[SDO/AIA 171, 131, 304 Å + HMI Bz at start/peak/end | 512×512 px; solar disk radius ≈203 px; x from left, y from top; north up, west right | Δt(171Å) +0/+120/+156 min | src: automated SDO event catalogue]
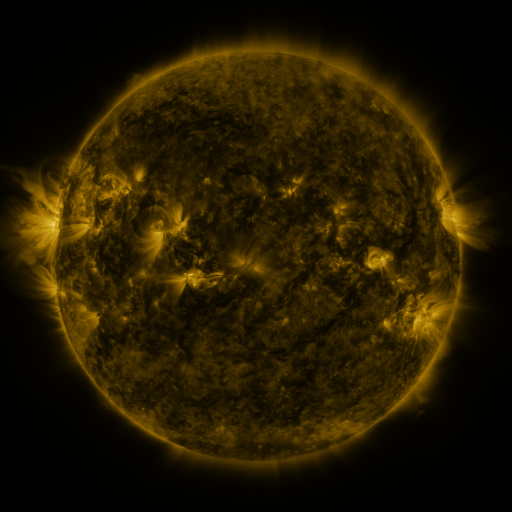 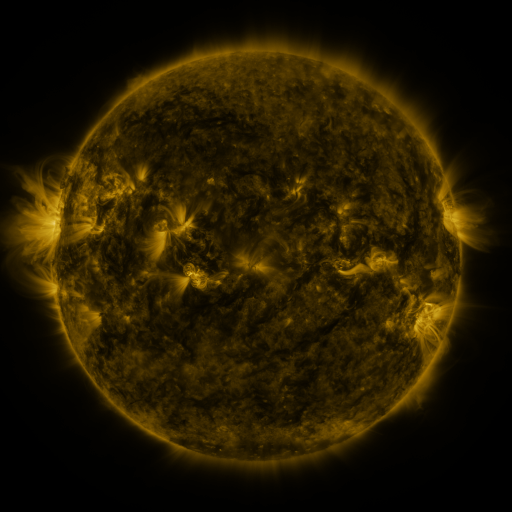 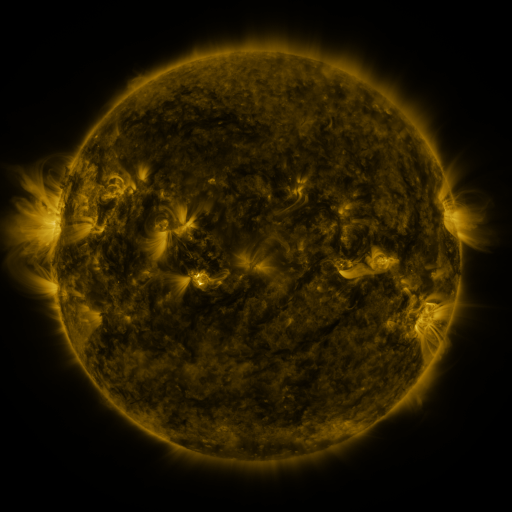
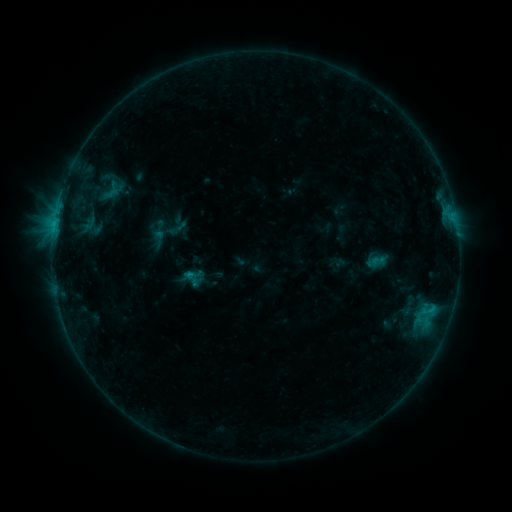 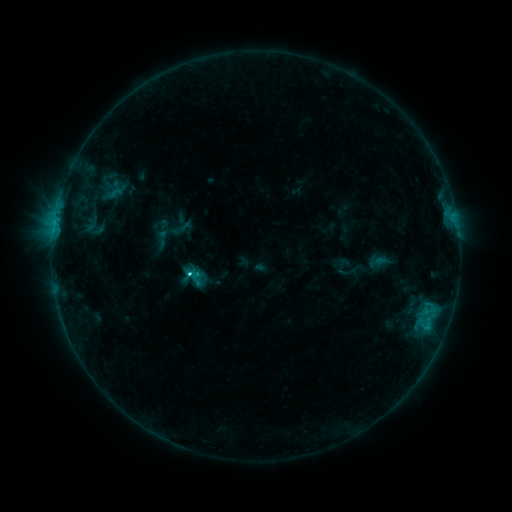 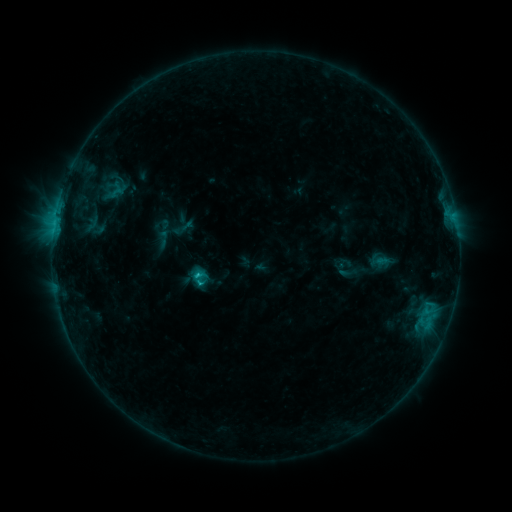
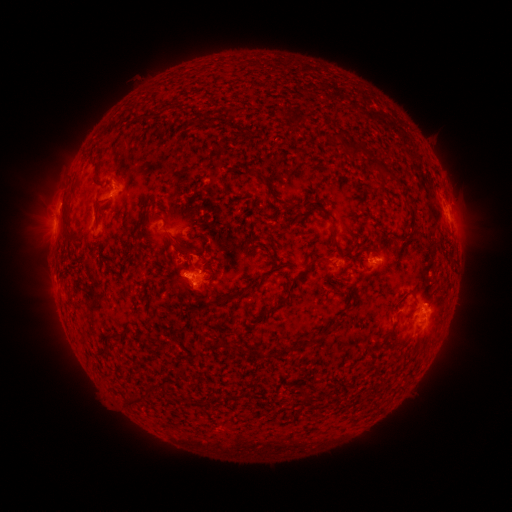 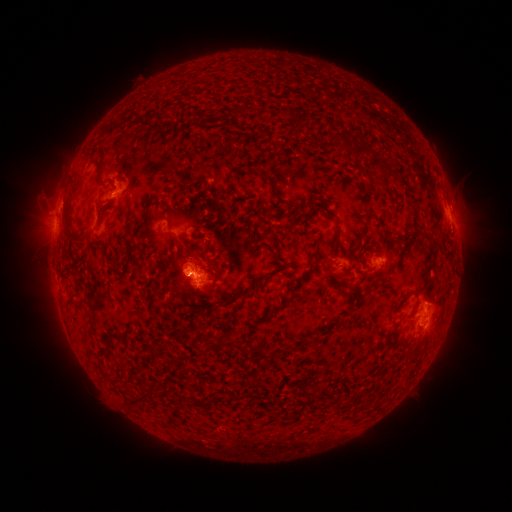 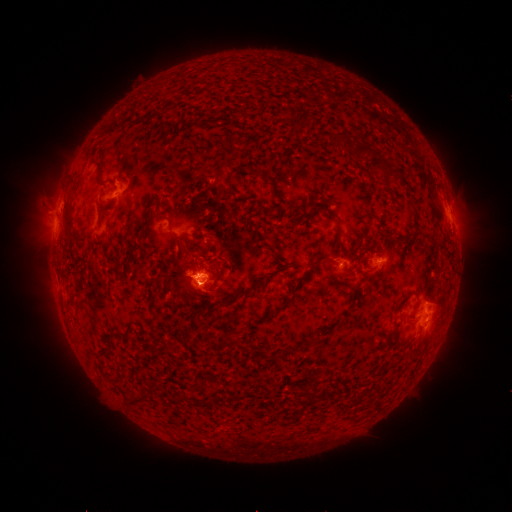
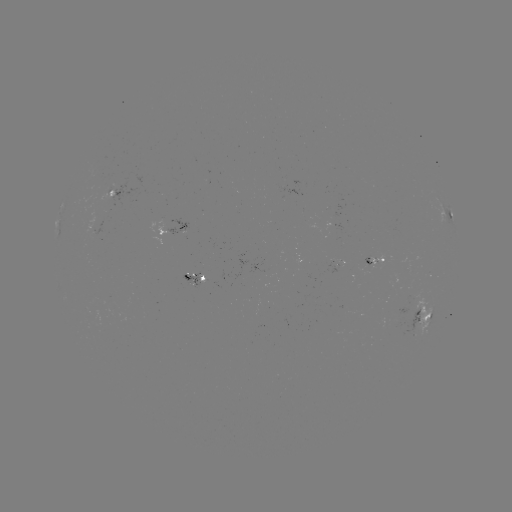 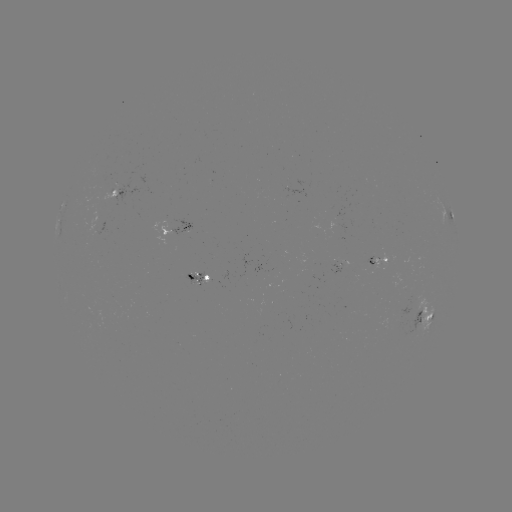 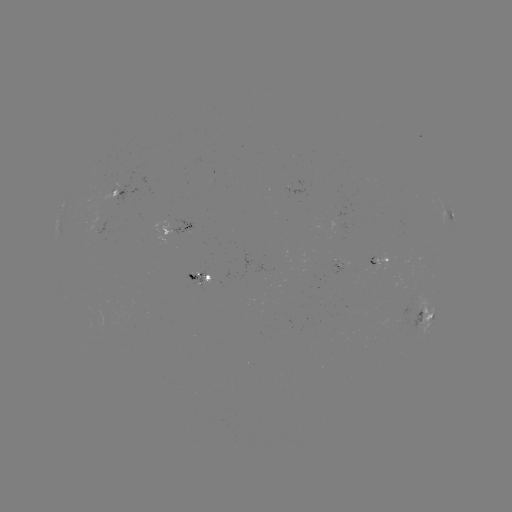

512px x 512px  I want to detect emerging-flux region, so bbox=[361, 257, 373, 273].